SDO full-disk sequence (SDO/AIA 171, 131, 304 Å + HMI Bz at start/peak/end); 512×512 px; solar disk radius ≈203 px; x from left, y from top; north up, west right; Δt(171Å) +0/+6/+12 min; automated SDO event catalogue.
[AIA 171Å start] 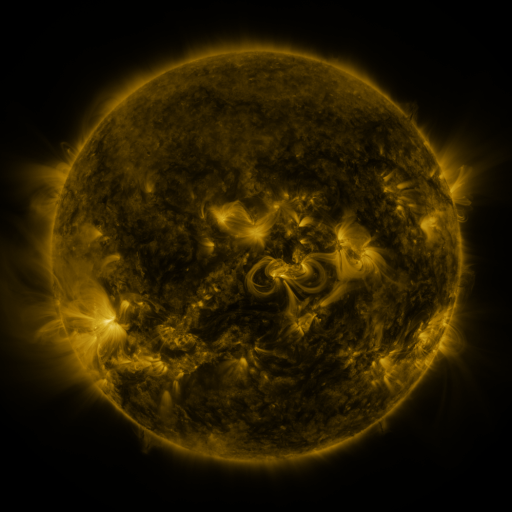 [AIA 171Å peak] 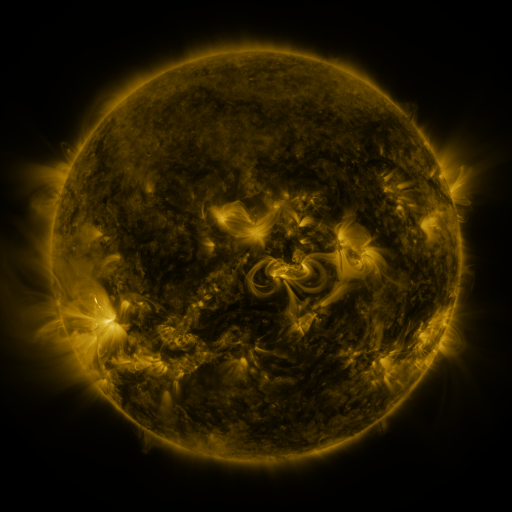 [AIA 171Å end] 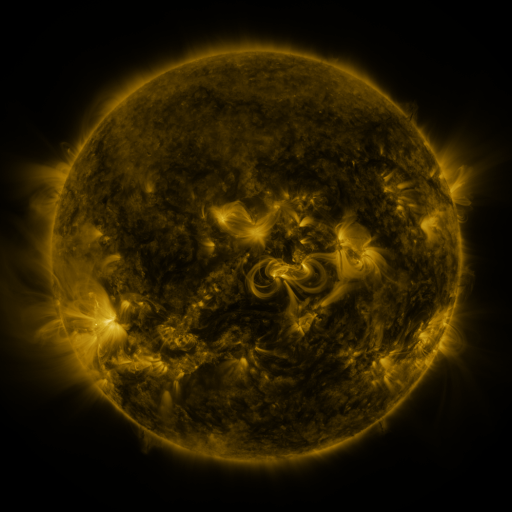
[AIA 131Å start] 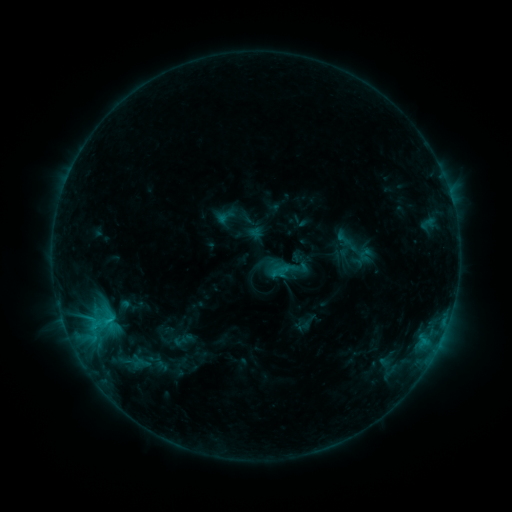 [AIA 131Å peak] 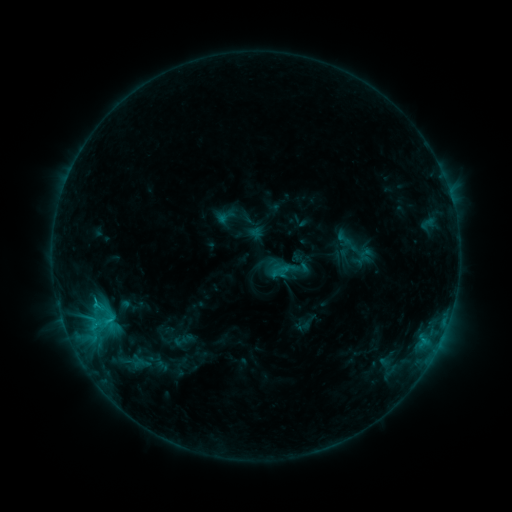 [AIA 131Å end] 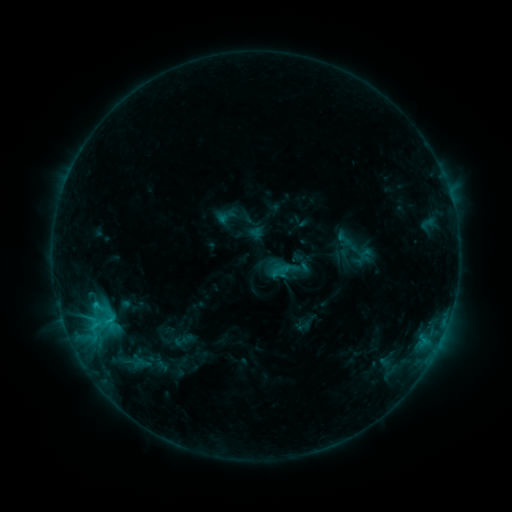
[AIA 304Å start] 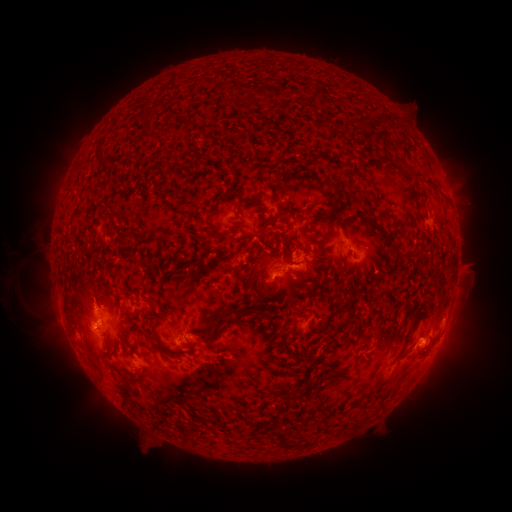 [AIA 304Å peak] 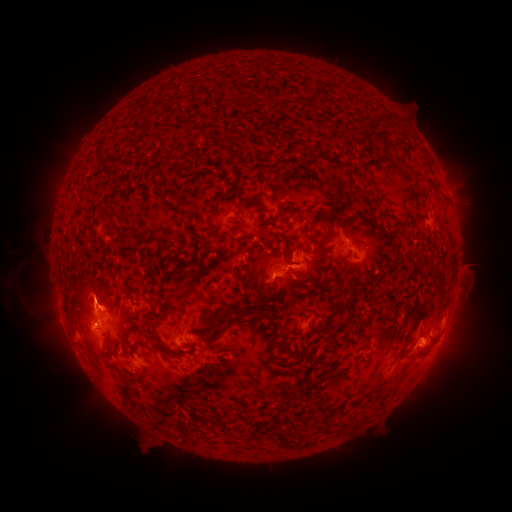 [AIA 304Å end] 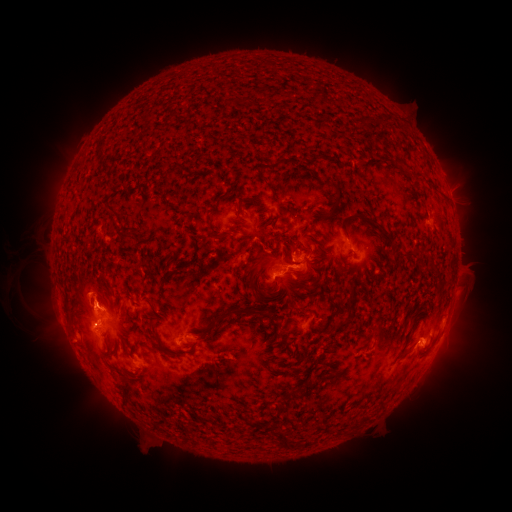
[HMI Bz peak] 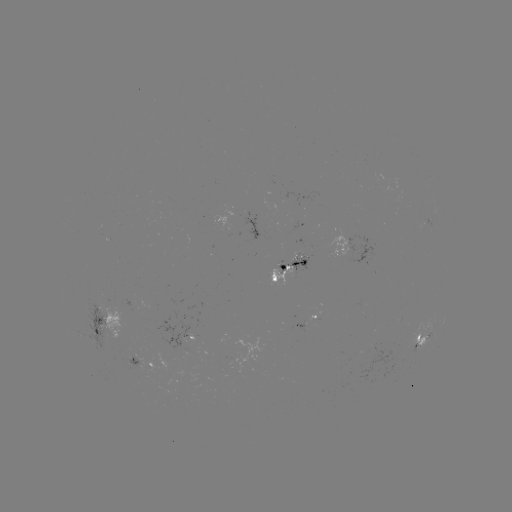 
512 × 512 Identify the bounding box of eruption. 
[71, 268, 120, 313].